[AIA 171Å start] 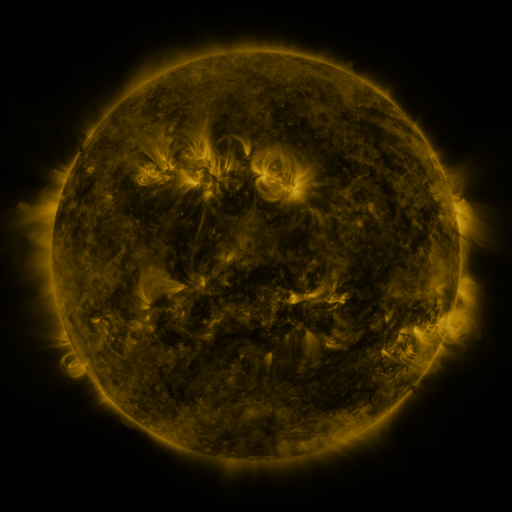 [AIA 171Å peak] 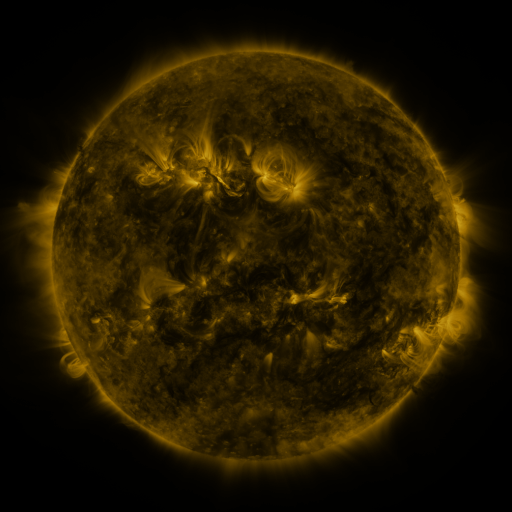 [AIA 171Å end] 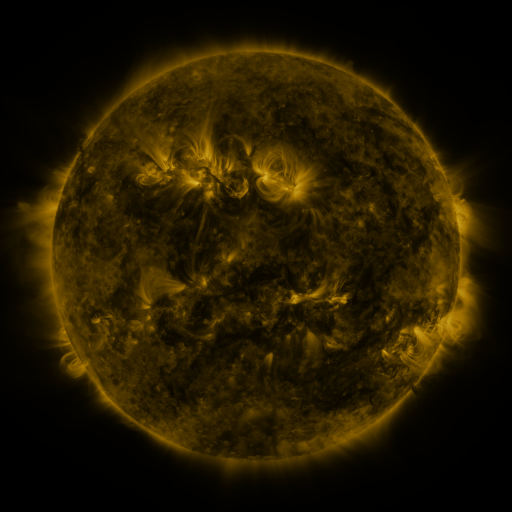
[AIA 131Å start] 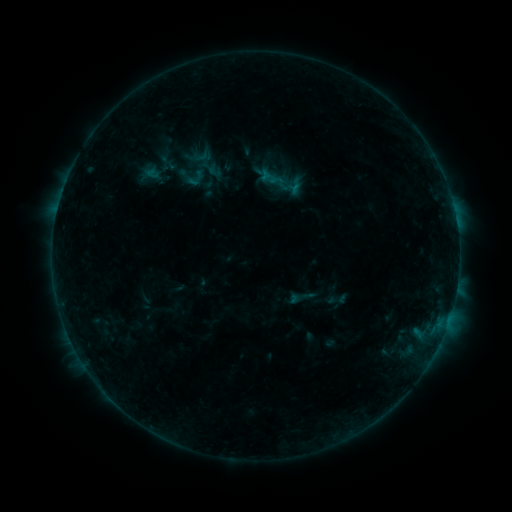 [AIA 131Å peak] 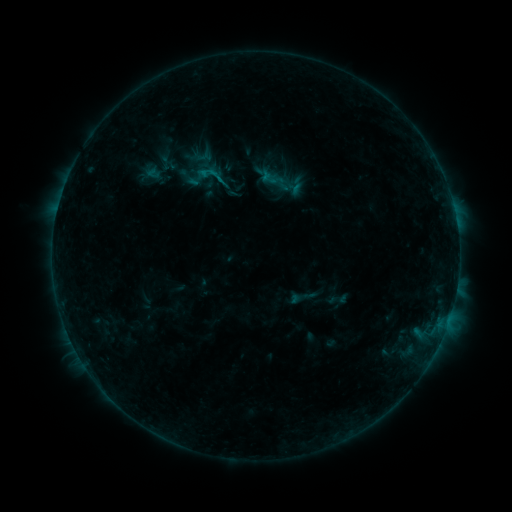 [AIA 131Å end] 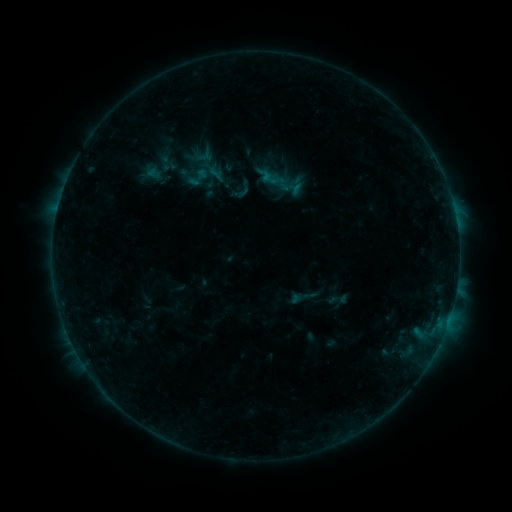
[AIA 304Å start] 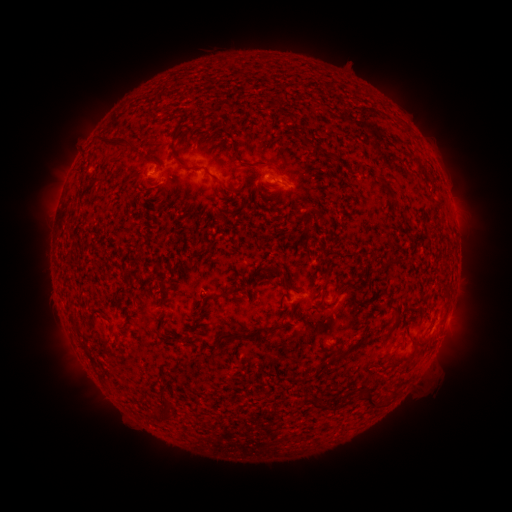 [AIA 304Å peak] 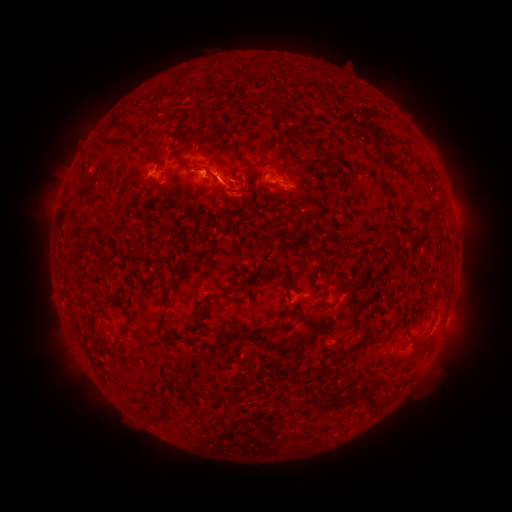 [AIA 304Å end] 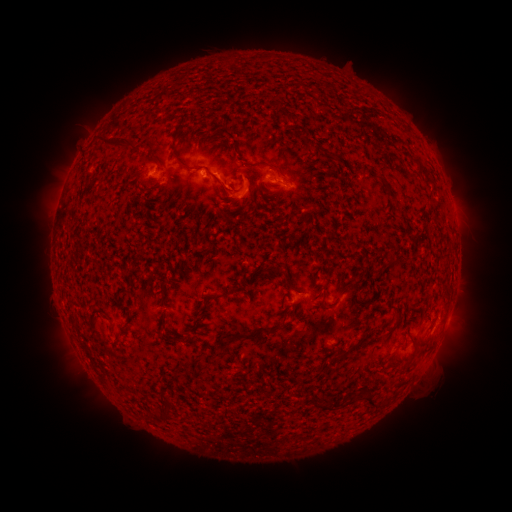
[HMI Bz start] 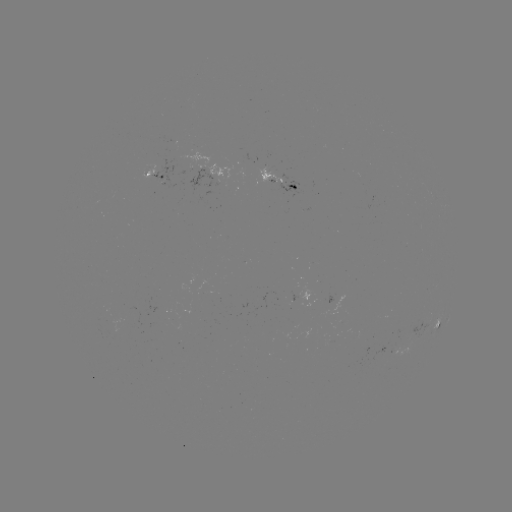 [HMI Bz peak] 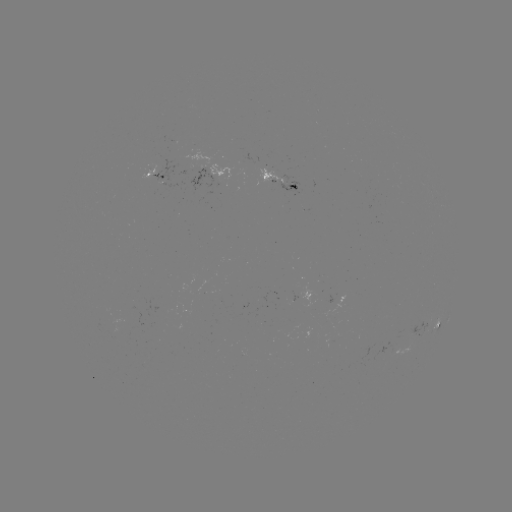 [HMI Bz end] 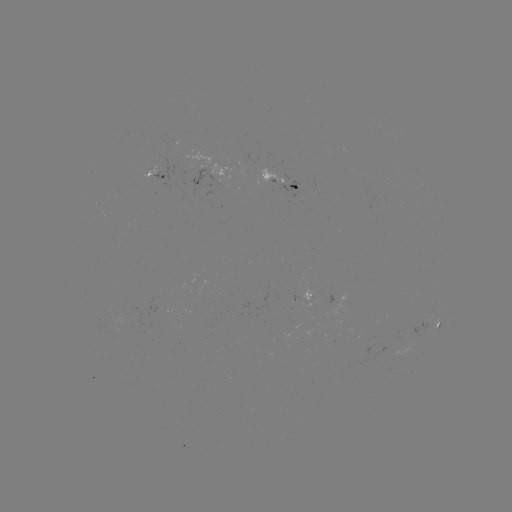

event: flare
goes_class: B4.1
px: (205, 175)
